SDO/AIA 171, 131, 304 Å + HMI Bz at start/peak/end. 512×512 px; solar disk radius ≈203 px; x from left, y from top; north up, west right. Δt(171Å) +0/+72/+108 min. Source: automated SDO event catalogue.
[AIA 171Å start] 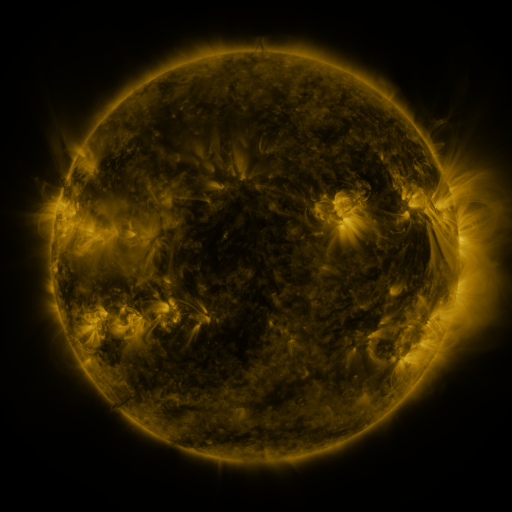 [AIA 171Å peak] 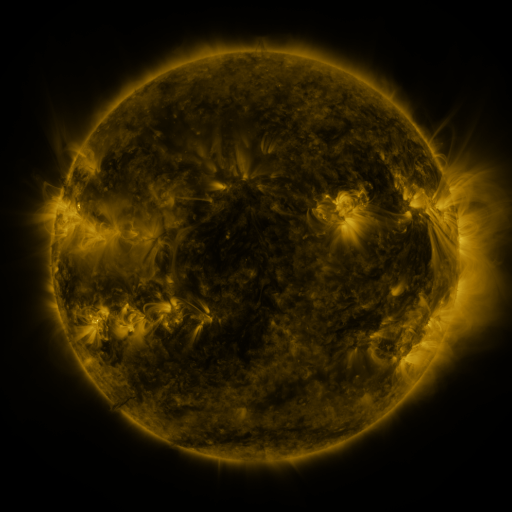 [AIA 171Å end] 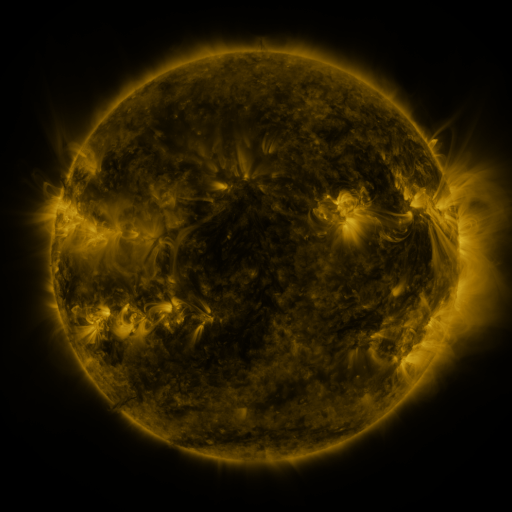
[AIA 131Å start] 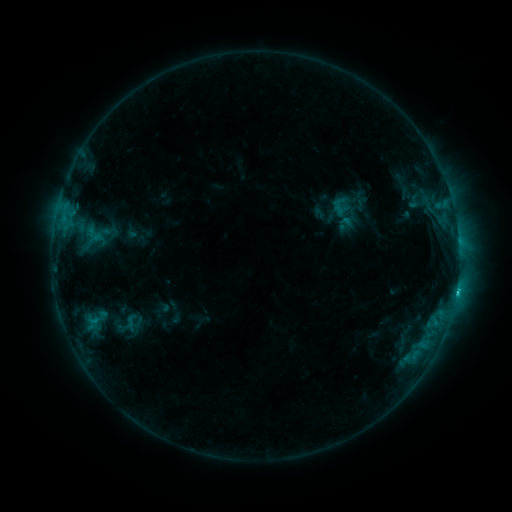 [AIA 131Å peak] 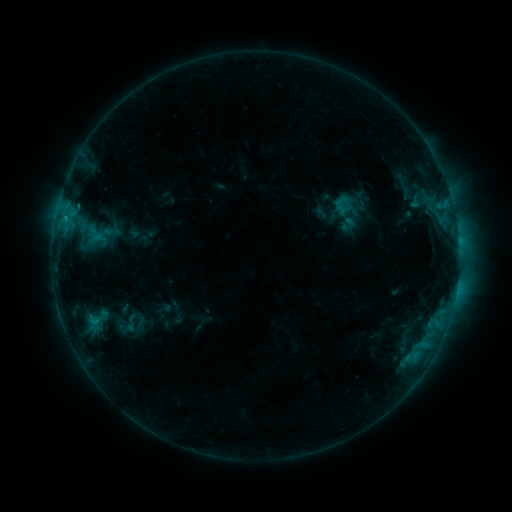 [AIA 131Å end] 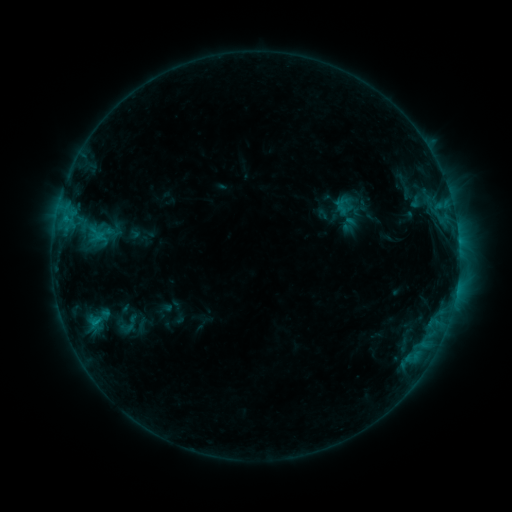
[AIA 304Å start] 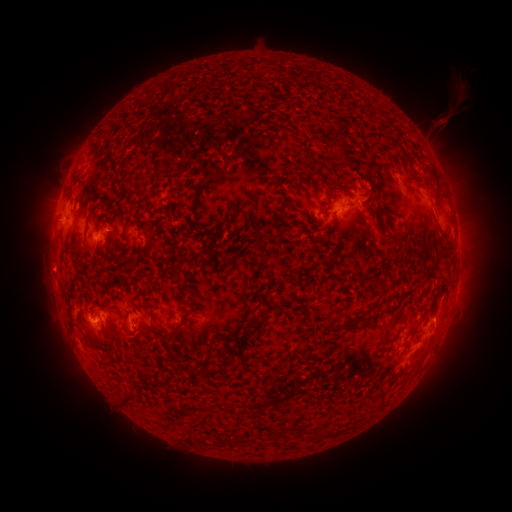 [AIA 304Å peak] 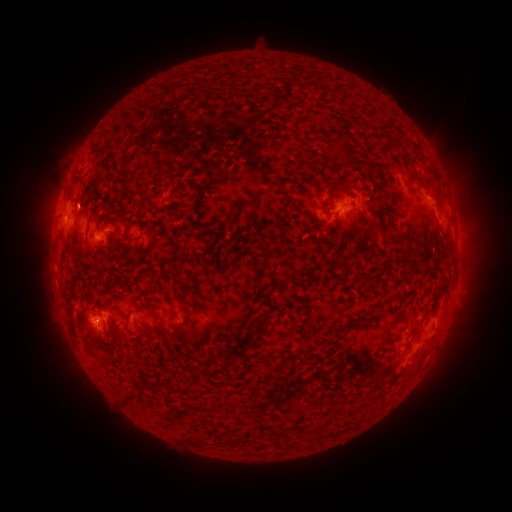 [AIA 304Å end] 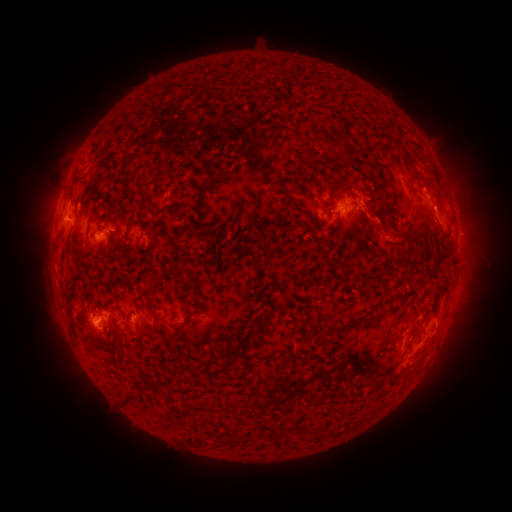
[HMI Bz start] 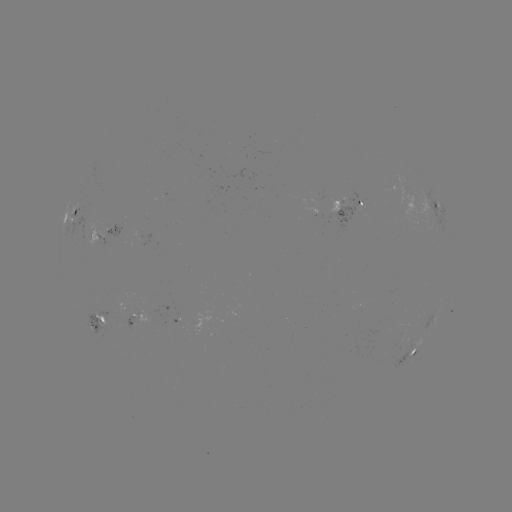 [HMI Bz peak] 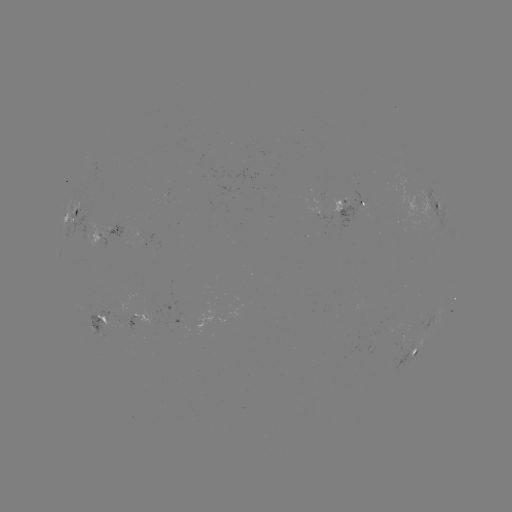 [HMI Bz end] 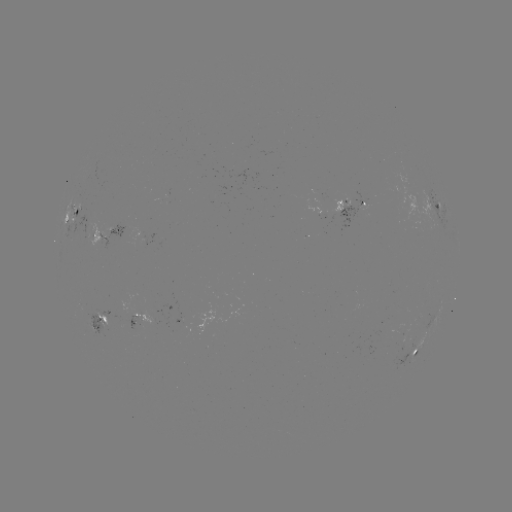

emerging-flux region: [109, 314, 126, 327]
